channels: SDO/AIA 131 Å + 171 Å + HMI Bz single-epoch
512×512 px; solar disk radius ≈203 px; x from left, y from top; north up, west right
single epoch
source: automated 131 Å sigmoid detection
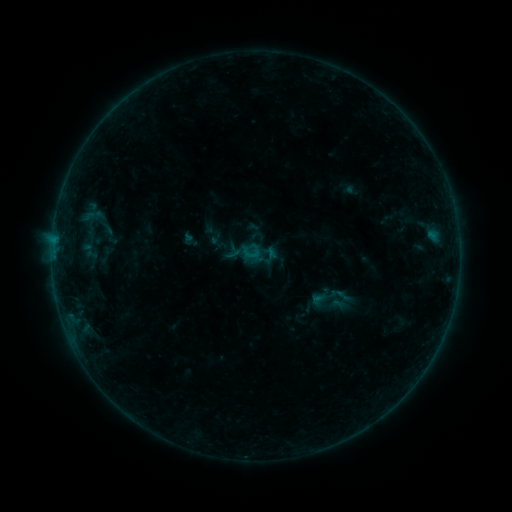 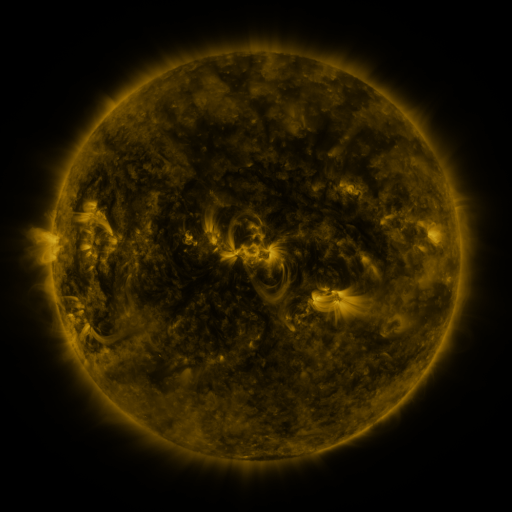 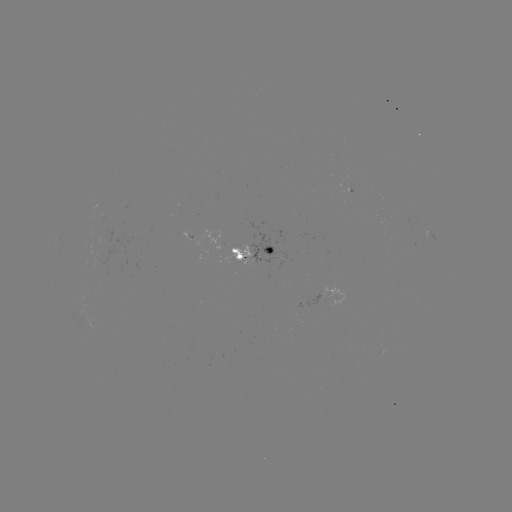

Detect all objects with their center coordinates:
sigmoid: (250, 252)
